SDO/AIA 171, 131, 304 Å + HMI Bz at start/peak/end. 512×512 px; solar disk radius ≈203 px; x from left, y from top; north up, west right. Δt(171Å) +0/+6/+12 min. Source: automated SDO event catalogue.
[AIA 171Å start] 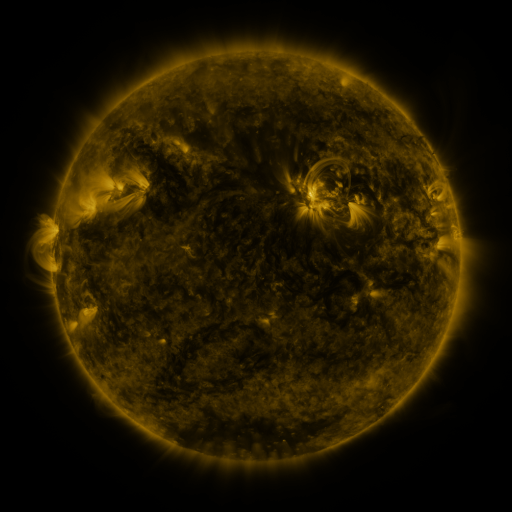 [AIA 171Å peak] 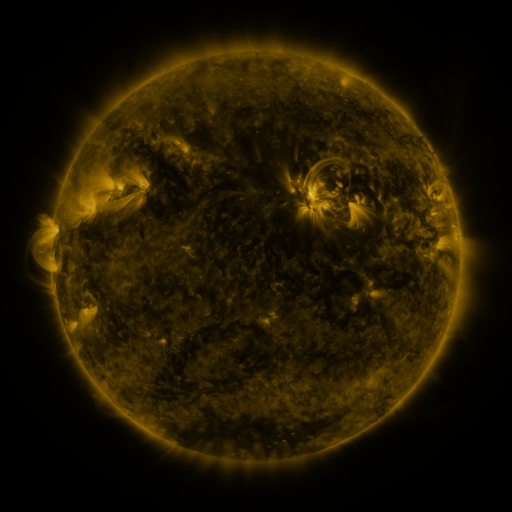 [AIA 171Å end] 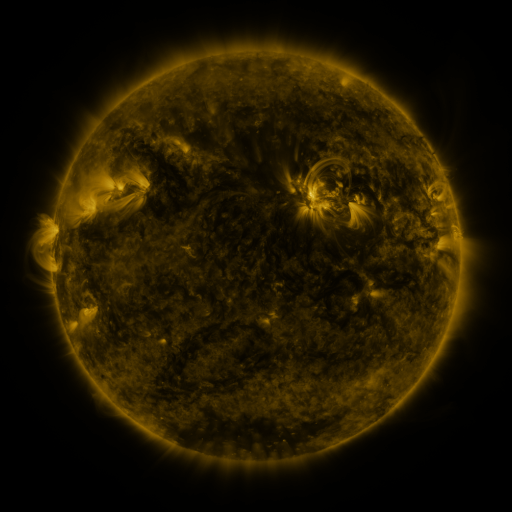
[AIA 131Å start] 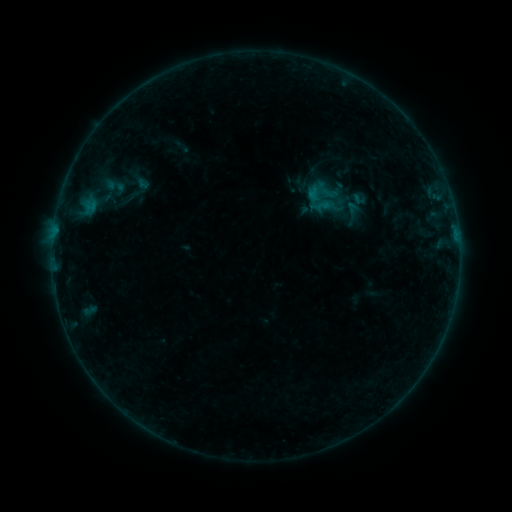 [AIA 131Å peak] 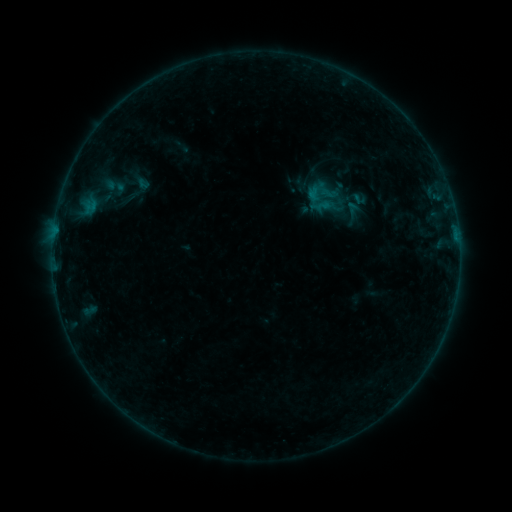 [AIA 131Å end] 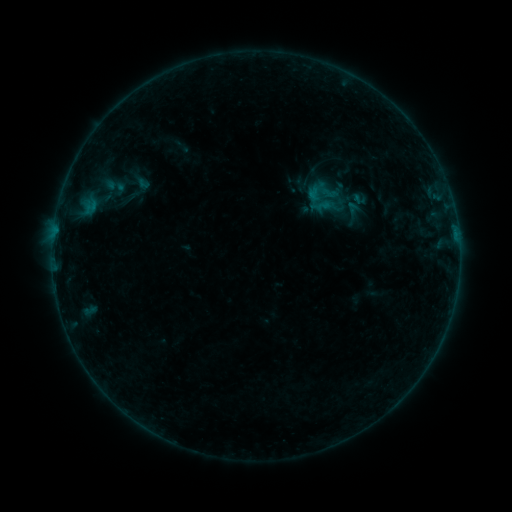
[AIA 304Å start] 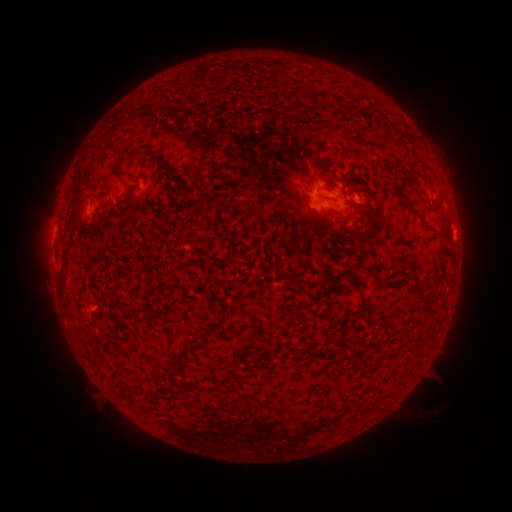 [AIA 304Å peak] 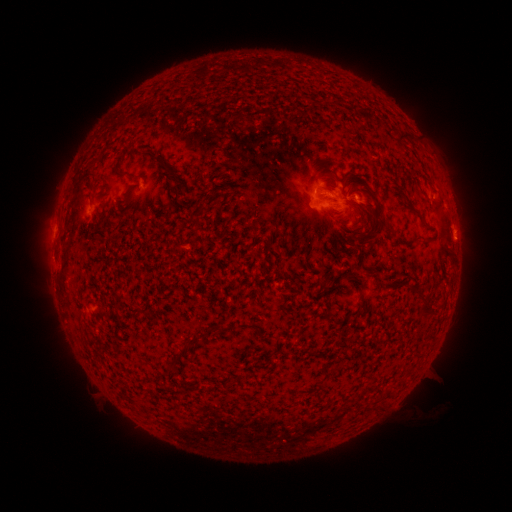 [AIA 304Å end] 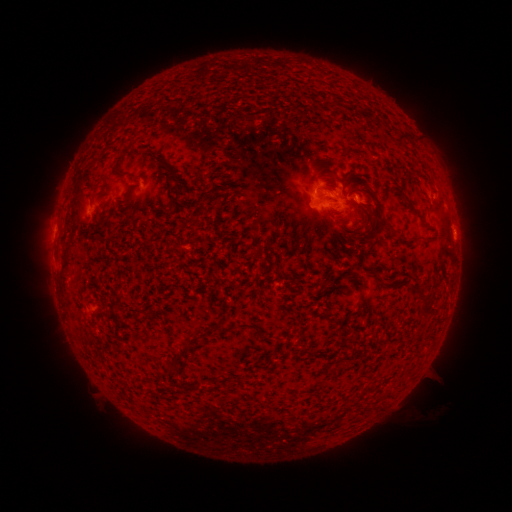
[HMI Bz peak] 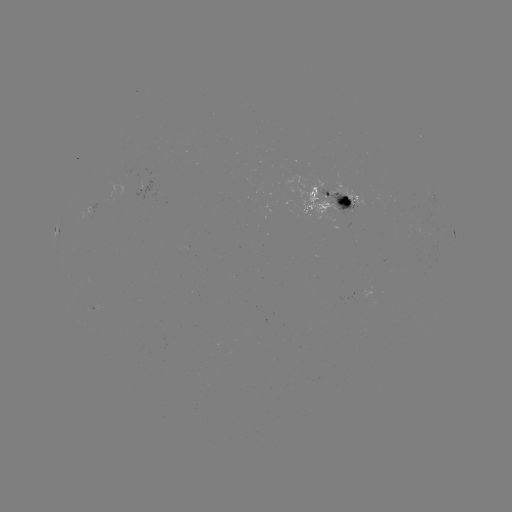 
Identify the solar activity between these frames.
no flare in any classed list; no EUV-trigger detection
